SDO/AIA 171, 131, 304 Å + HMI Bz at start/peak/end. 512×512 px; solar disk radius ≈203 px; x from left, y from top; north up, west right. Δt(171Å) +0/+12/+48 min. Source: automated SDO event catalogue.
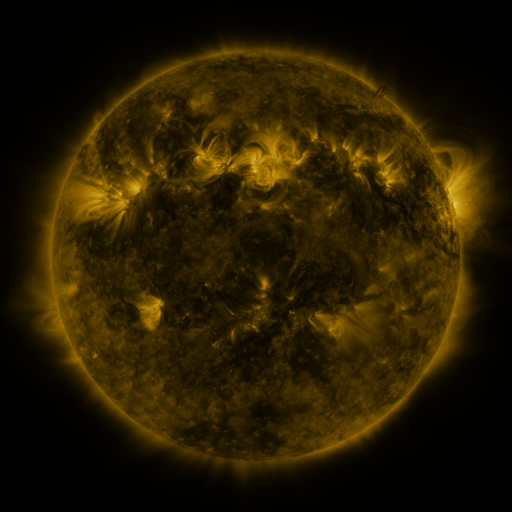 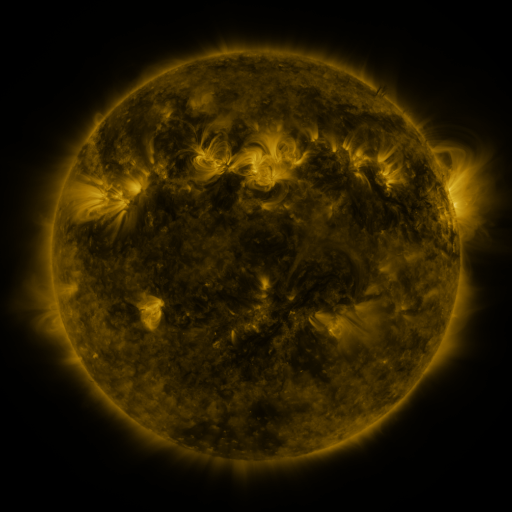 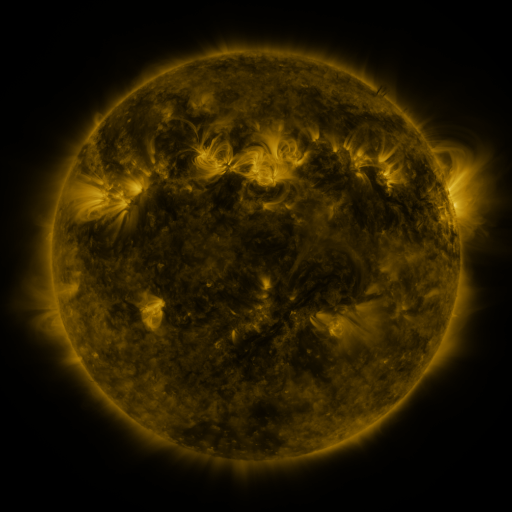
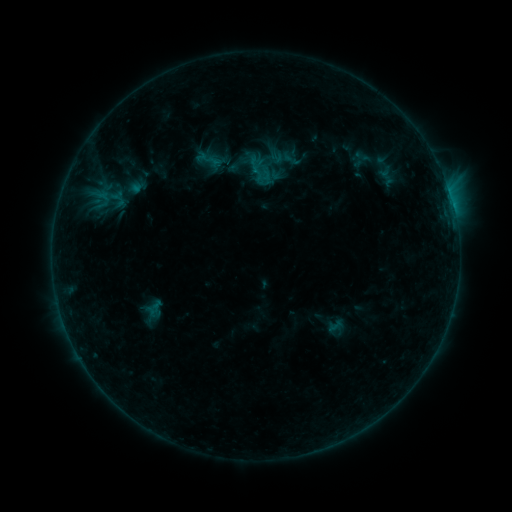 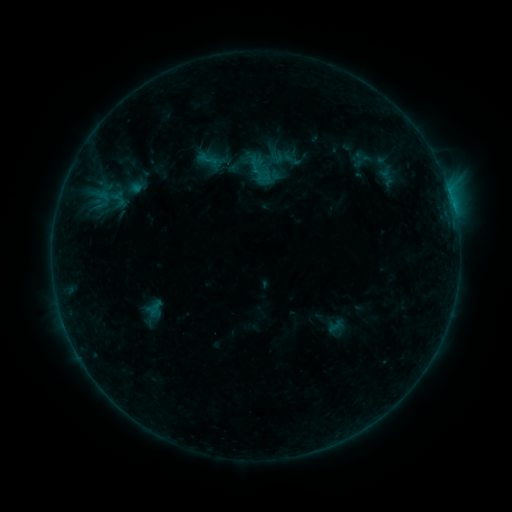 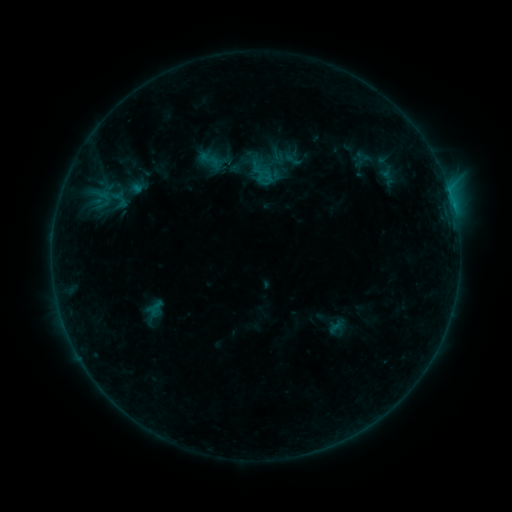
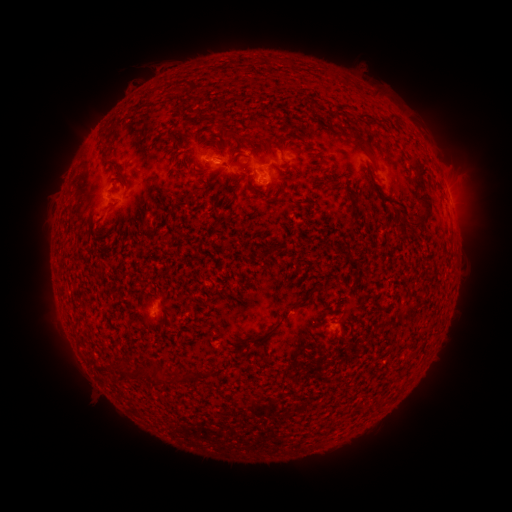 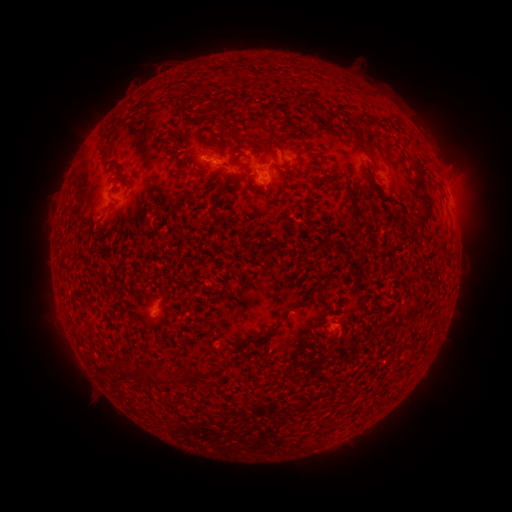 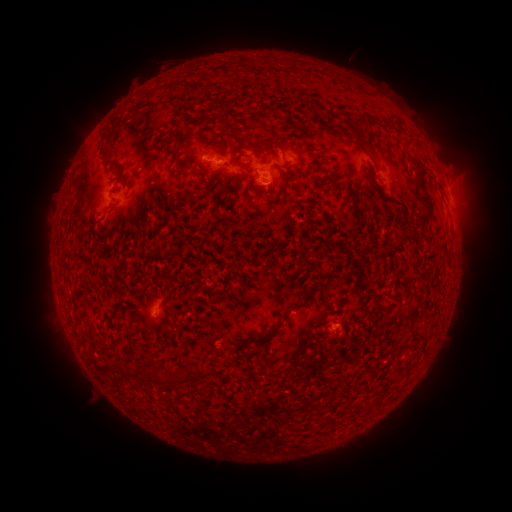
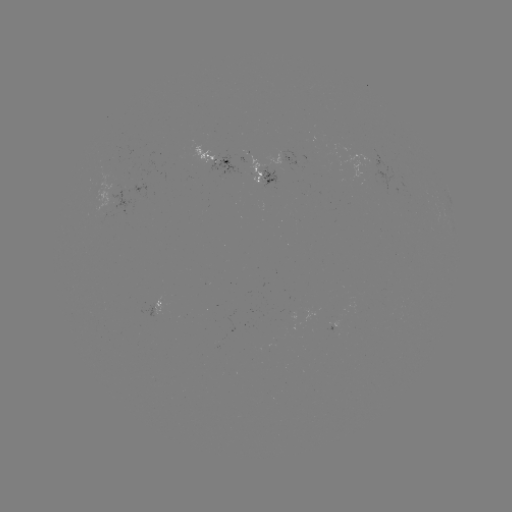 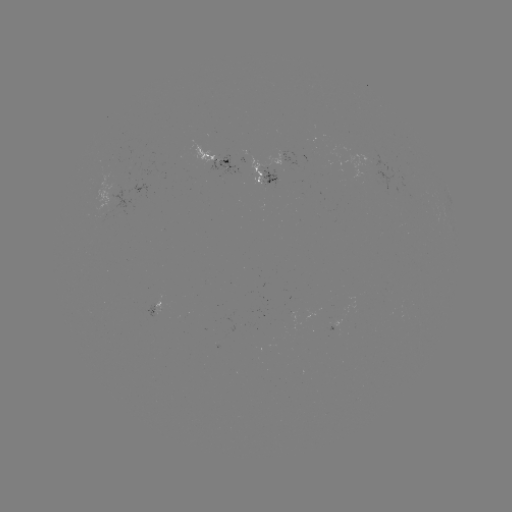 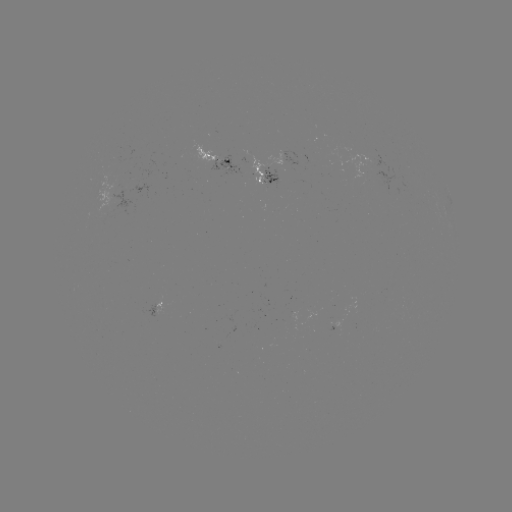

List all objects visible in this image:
emerging-flux region: (260, 178)
